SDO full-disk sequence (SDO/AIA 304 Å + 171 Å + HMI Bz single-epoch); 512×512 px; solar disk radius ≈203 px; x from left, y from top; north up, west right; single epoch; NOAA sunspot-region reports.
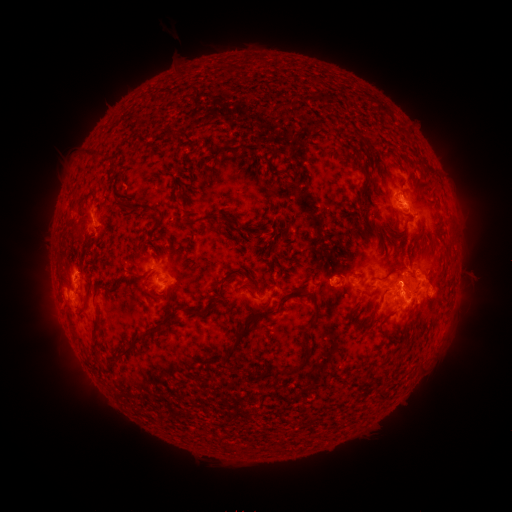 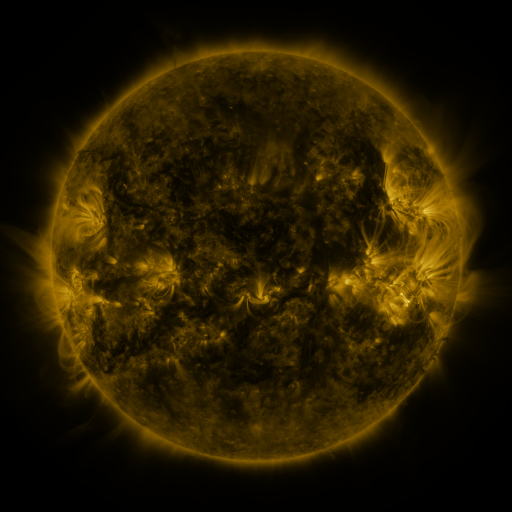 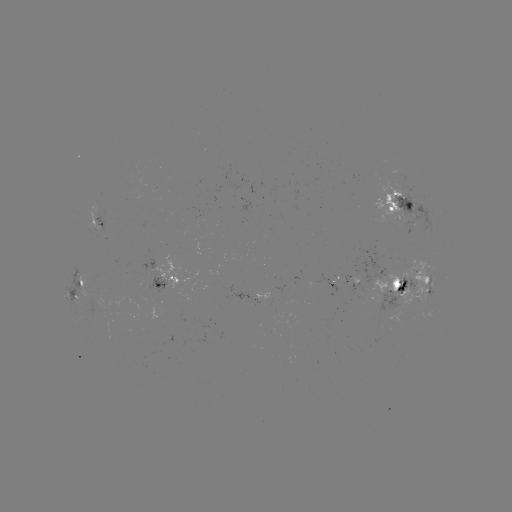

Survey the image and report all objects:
spotted active region: (405, 209)
spotted active region: (98, 220)
spotted active region: (168, 278)
spotted active region: (358, 279)
spotted active region: (80, 287)
spotted active region: (410, 287)
spotted active region: (262, 293)
